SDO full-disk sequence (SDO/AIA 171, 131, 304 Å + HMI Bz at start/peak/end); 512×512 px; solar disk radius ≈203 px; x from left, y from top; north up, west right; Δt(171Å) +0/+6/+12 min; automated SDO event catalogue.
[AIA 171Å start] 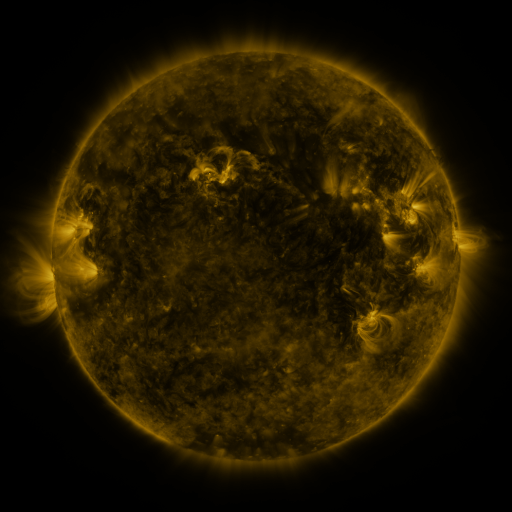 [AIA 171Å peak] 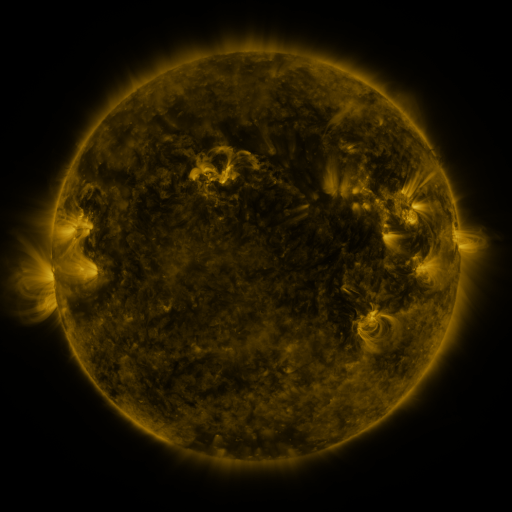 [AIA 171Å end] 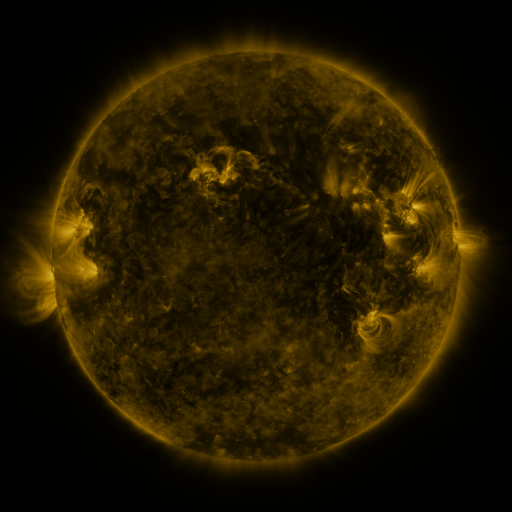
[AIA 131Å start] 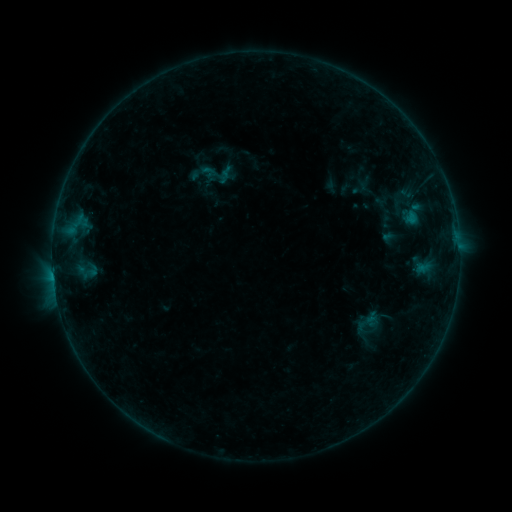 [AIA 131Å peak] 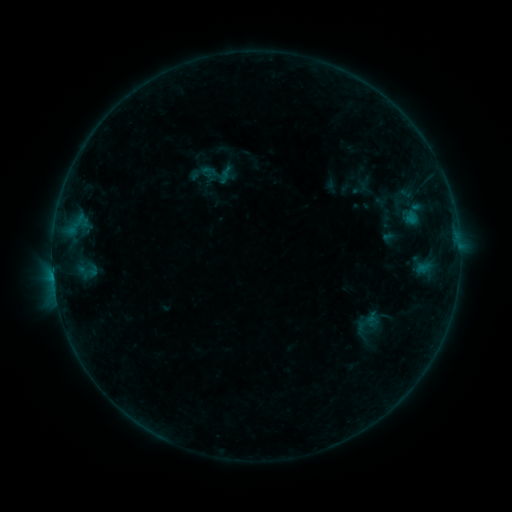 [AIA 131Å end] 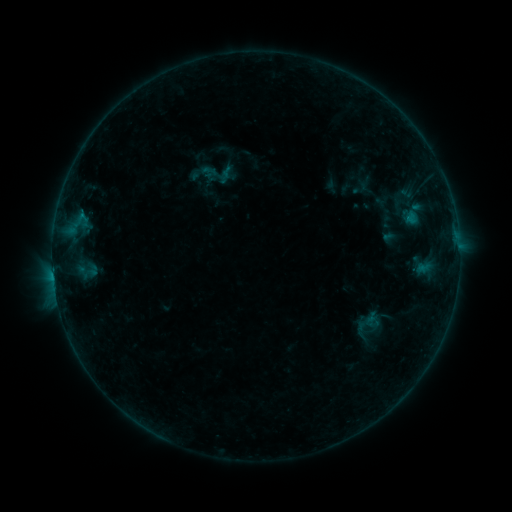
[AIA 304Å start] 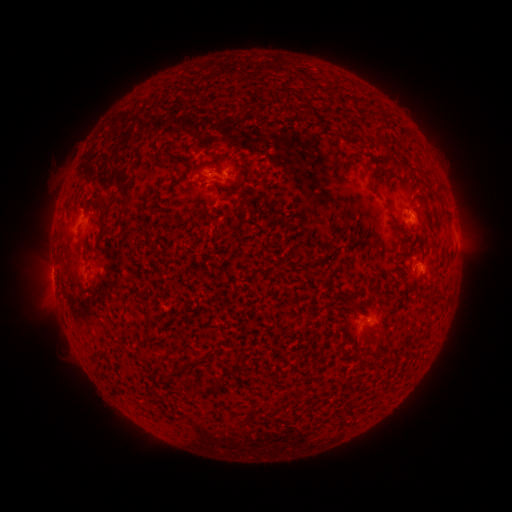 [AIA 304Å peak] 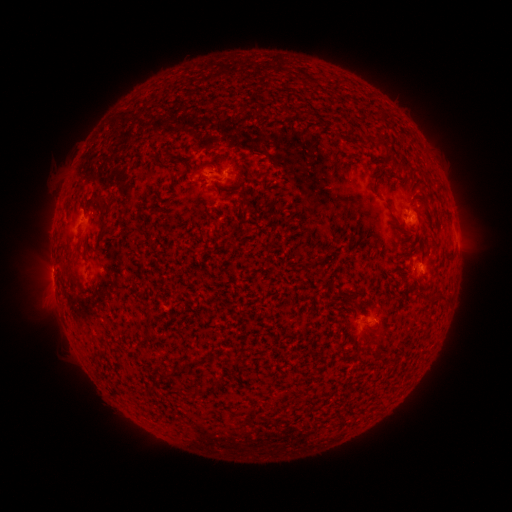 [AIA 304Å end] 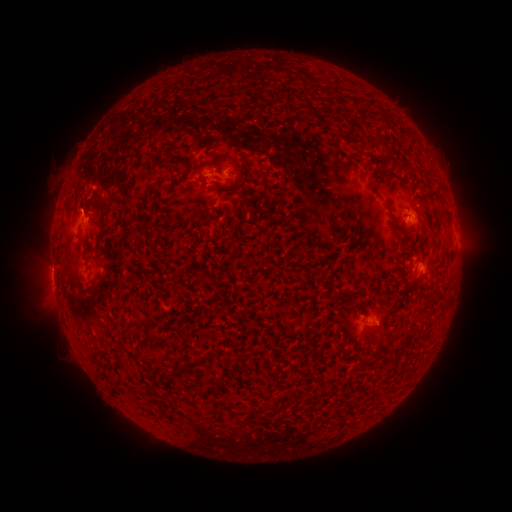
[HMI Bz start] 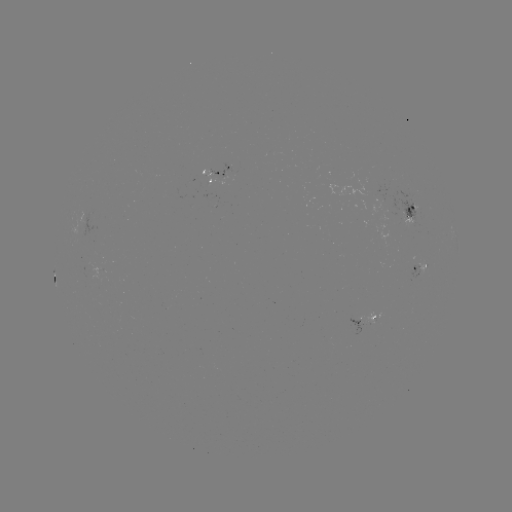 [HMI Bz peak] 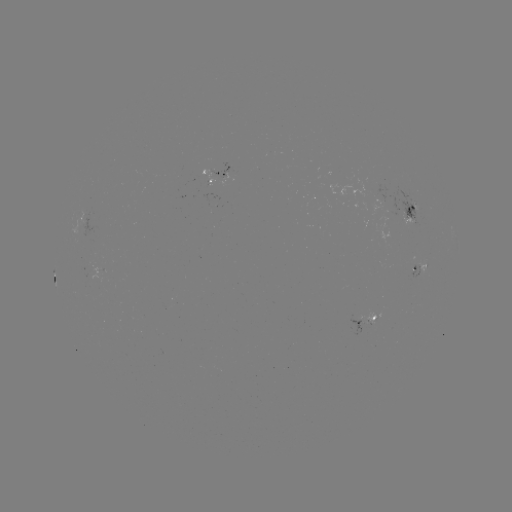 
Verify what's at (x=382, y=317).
eruption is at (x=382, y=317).